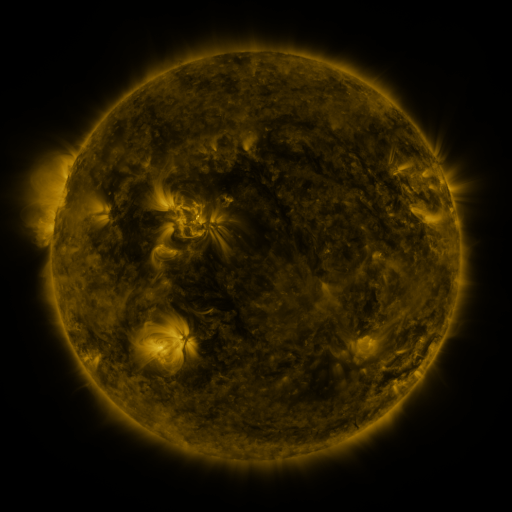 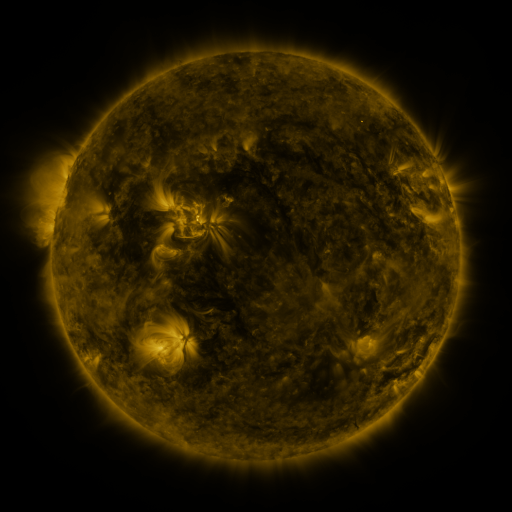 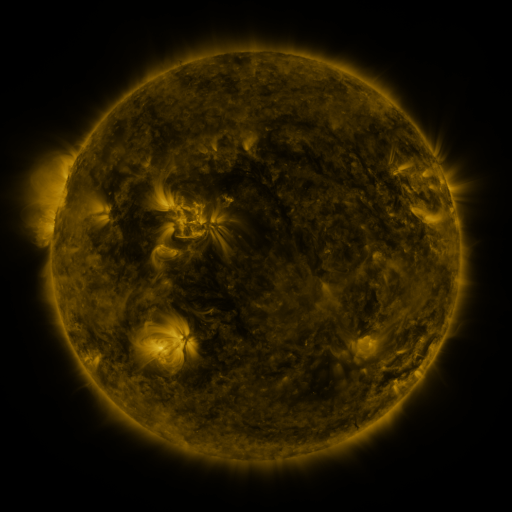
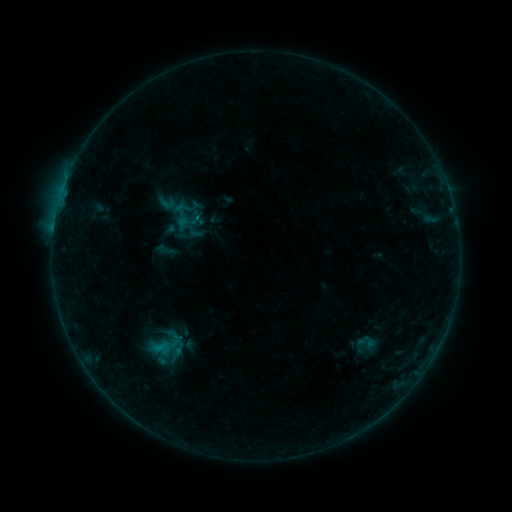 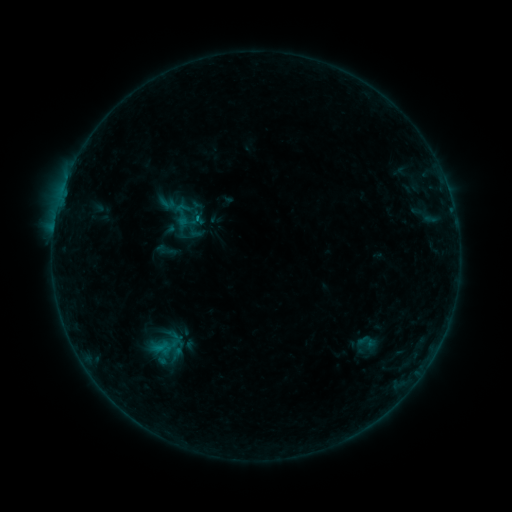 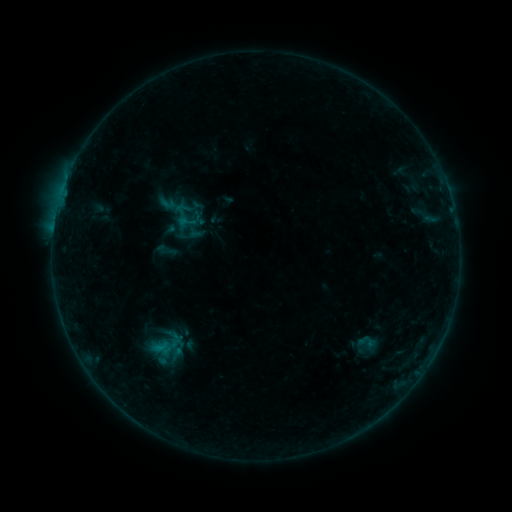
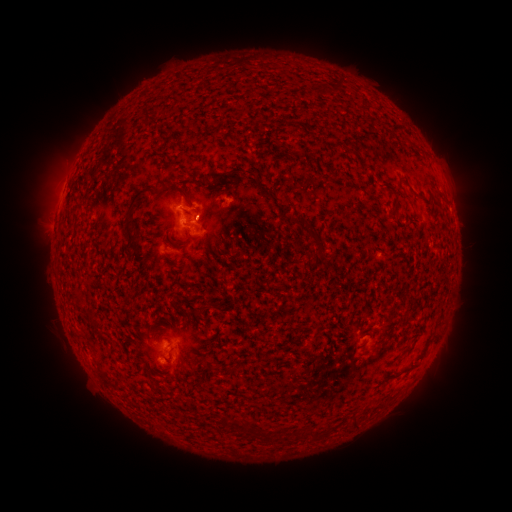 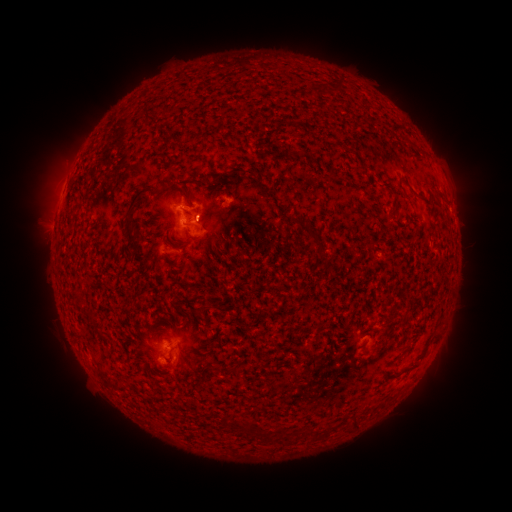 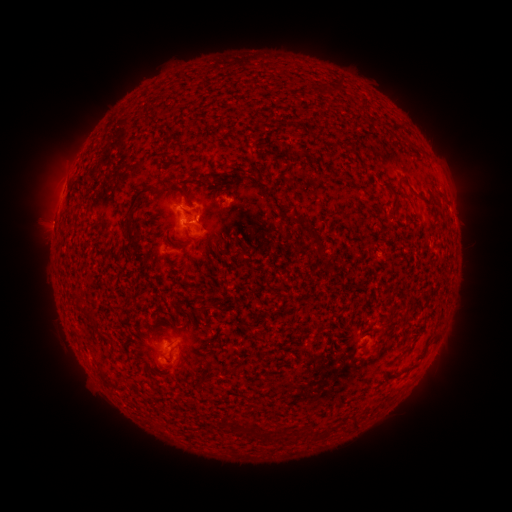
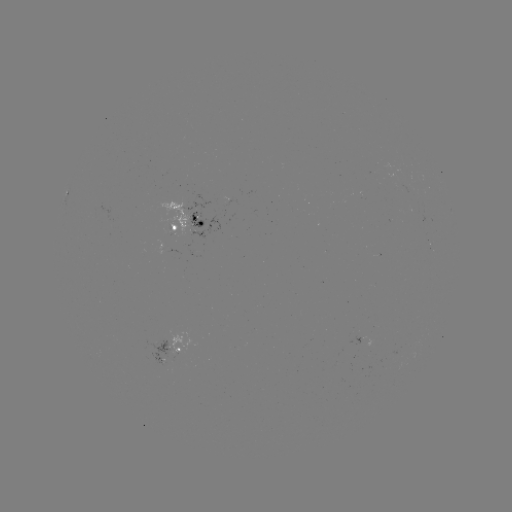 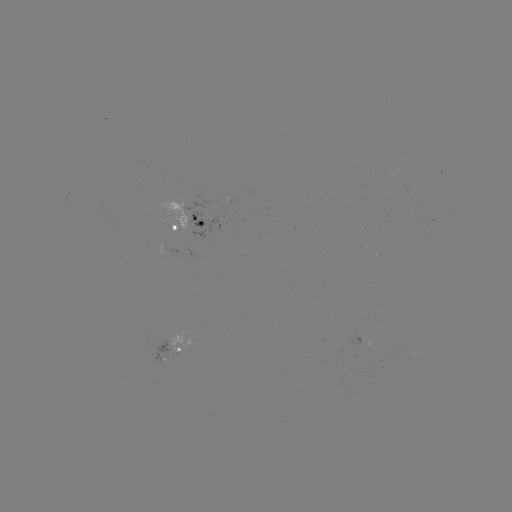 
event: flare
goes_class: B3.9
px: (198, 219)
